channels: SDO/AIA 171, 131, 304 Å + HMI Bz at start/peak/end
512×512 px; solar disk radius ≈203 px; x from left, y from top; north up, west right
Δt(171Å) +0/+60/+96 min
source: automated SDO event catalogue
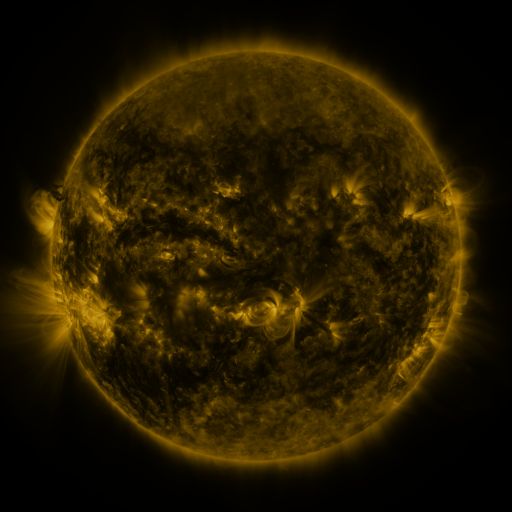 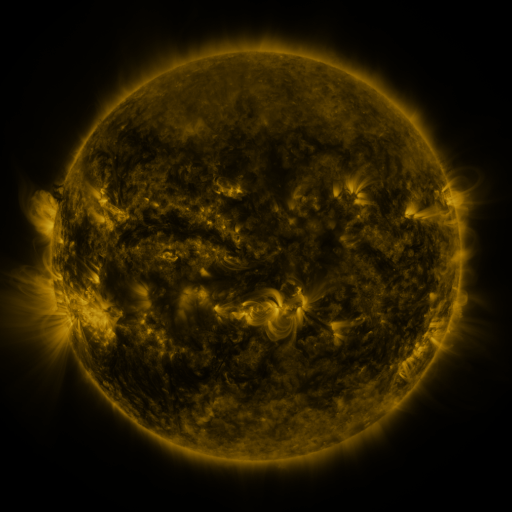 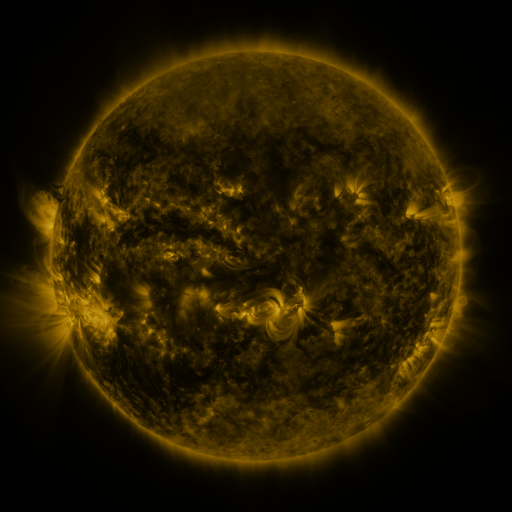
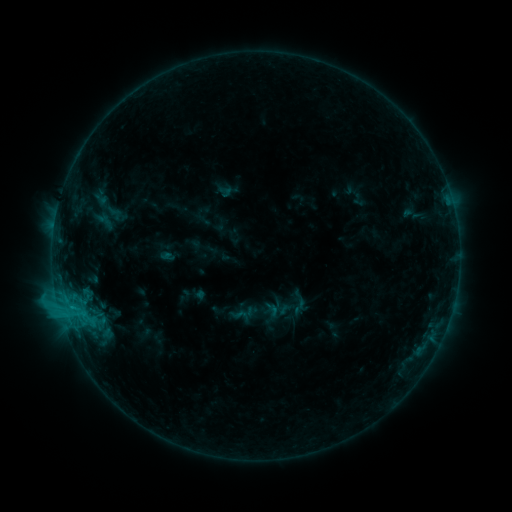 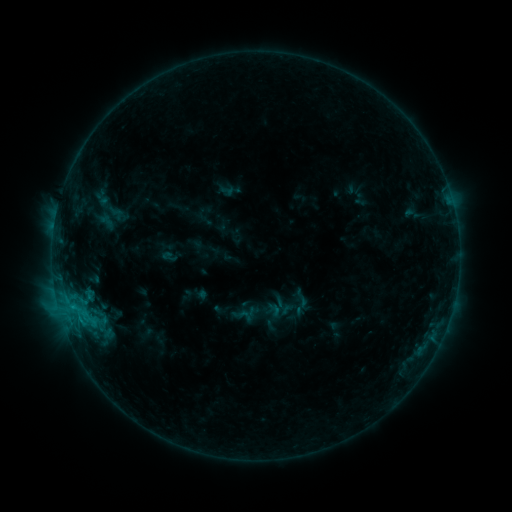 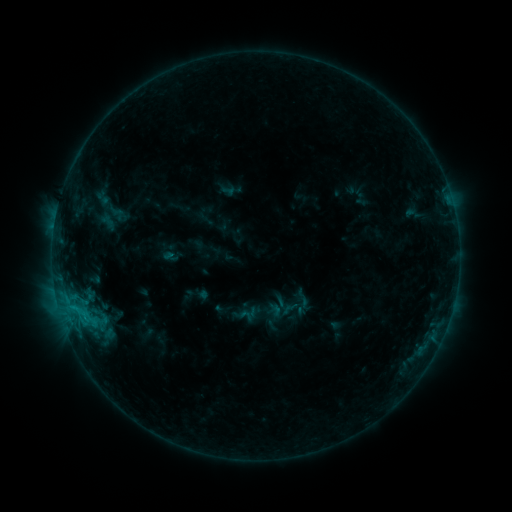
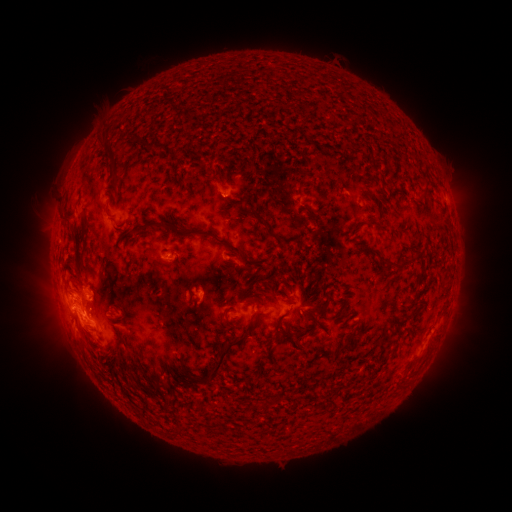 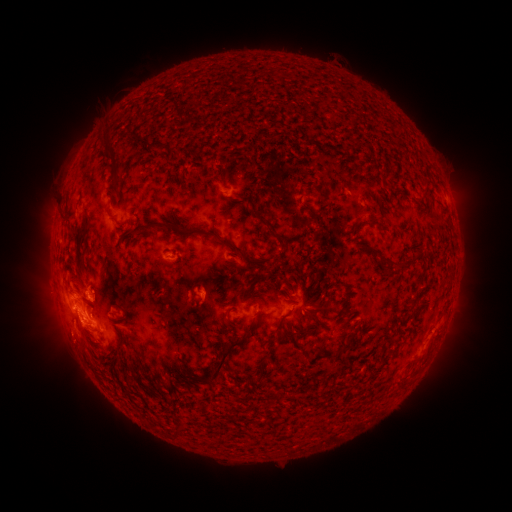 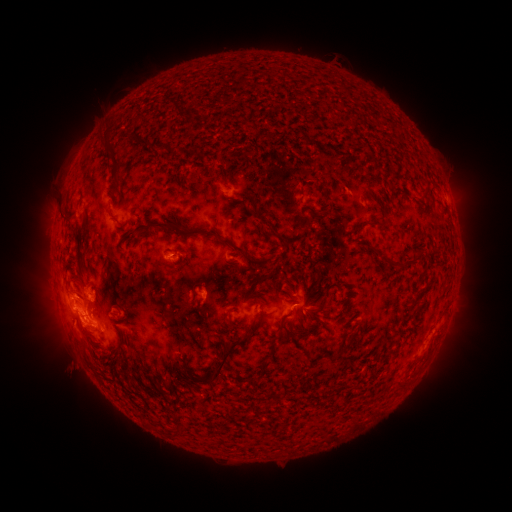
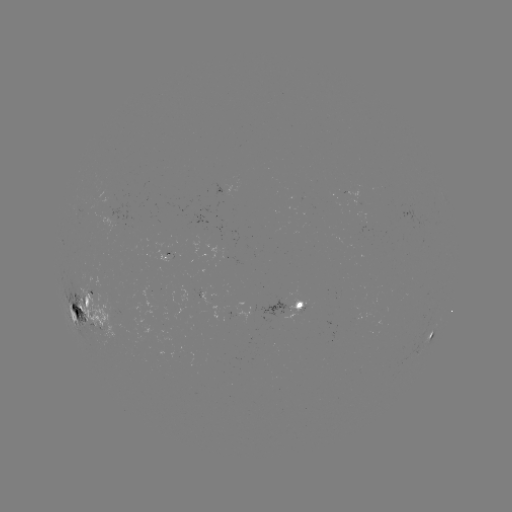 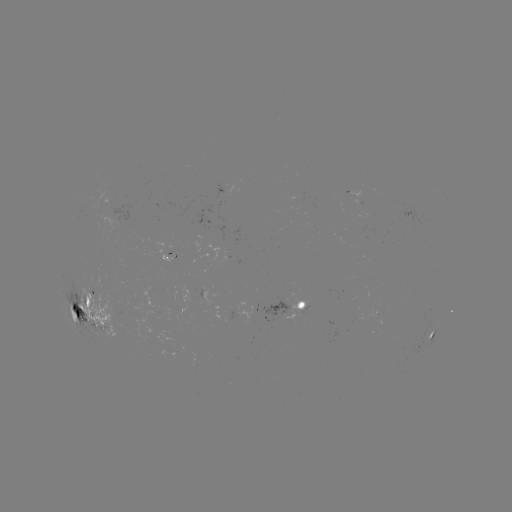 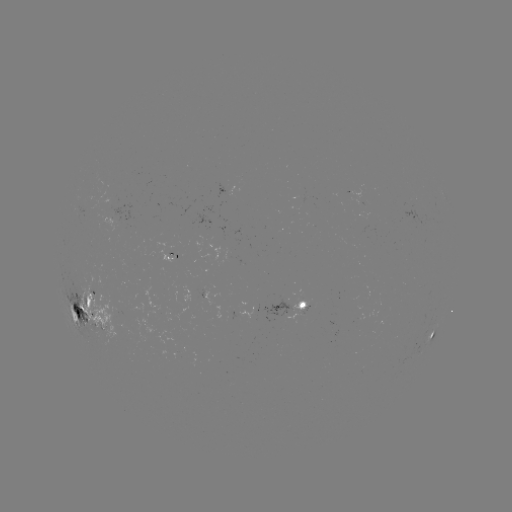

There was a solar emerging-flux region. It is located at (225, 260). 